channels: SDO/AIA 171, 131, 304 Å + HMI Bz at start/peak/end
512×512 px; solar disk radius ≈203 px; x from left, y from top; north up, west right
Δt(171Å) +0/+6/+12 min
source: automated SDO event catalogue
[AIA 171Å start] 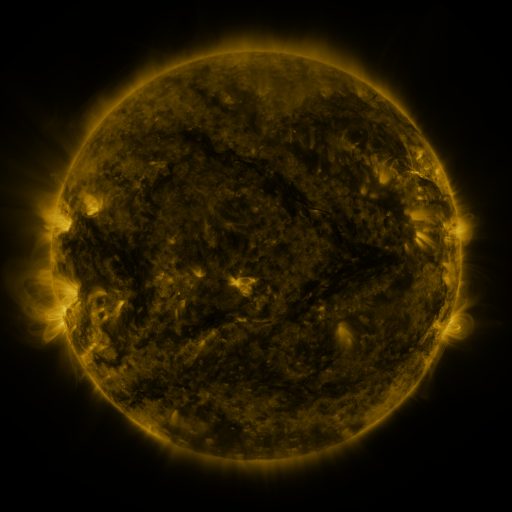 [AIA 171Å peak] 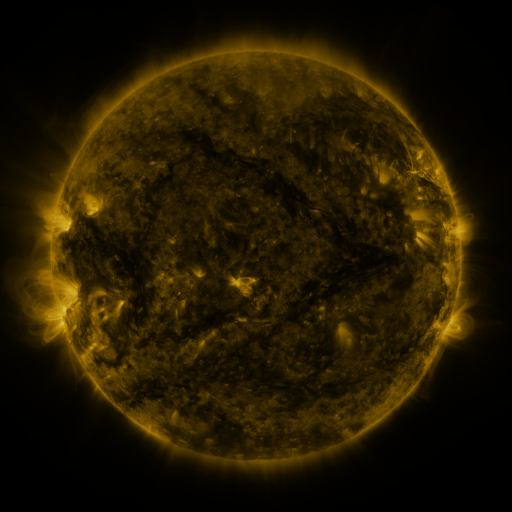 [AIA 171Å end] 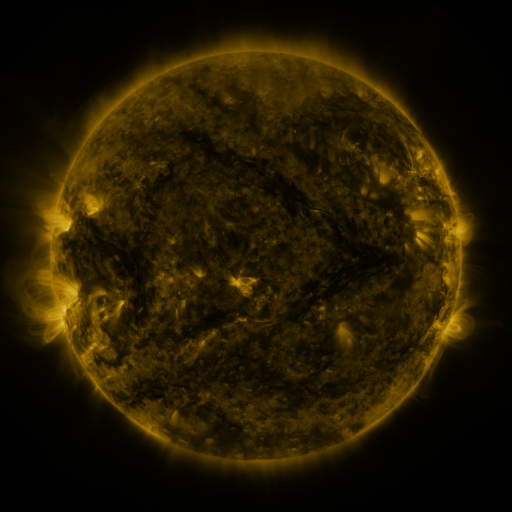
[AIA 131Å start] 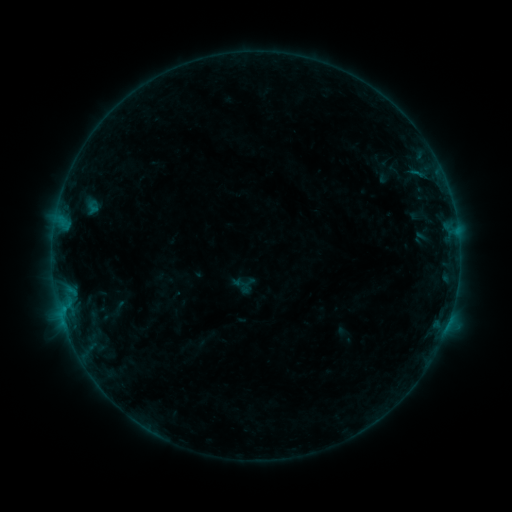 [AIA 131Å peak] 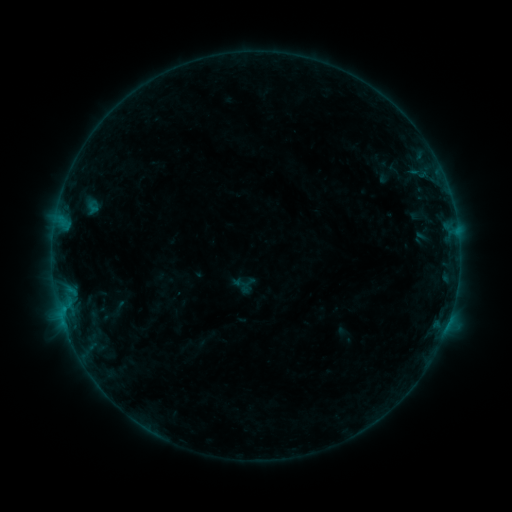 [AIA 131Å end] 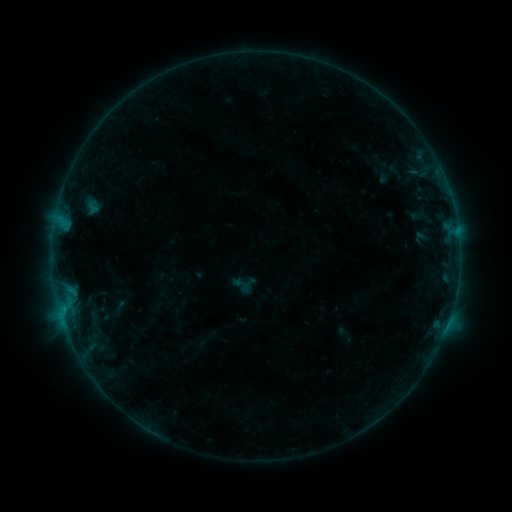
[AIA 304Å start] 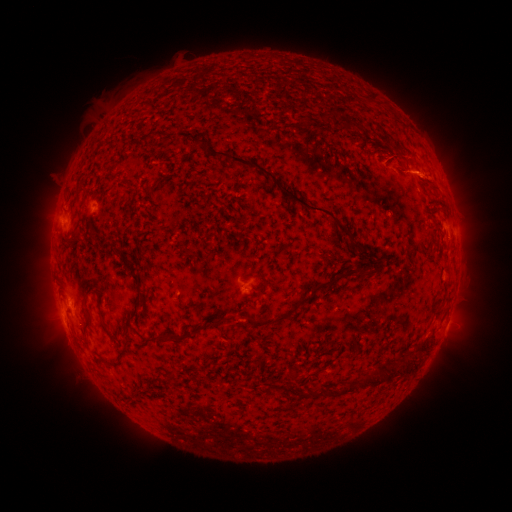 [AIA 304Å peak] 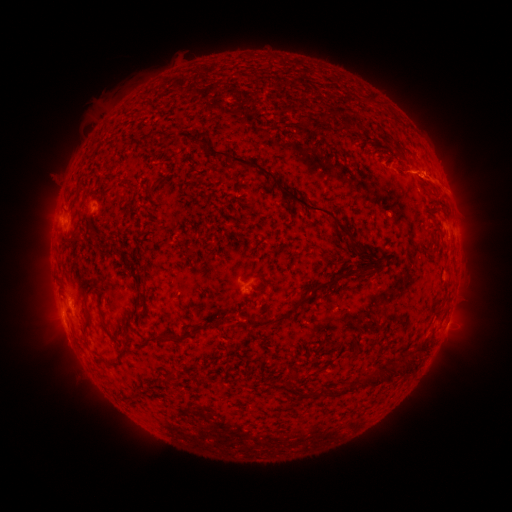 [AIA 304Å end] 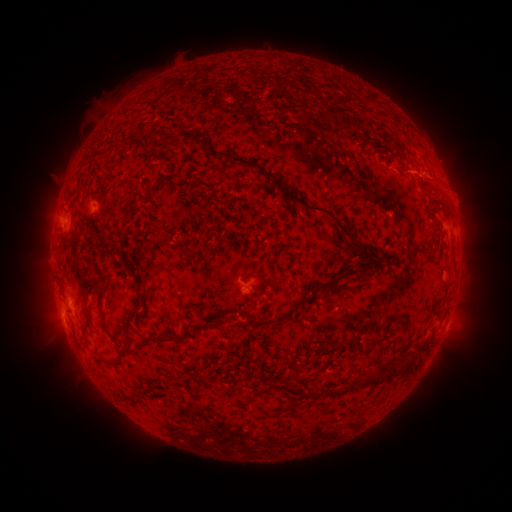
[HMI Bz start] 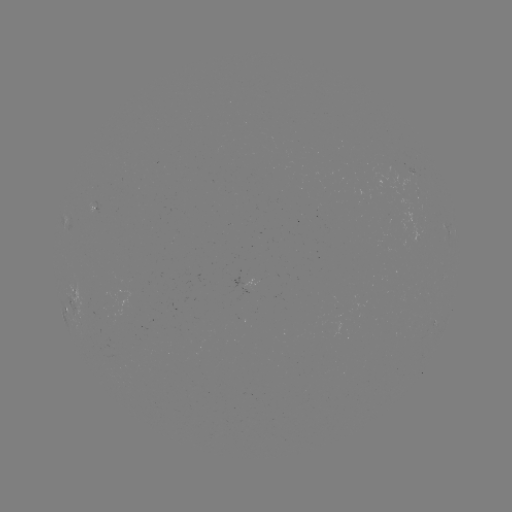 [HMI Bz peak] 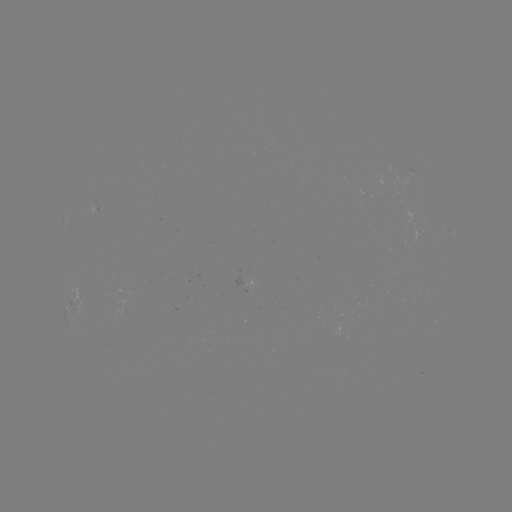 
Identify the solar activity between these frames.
eruption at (440, 182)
